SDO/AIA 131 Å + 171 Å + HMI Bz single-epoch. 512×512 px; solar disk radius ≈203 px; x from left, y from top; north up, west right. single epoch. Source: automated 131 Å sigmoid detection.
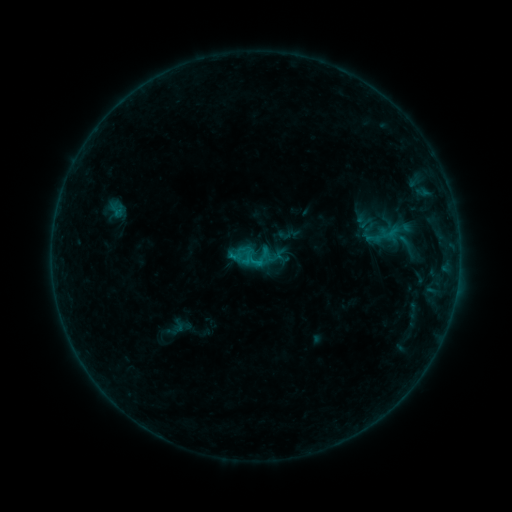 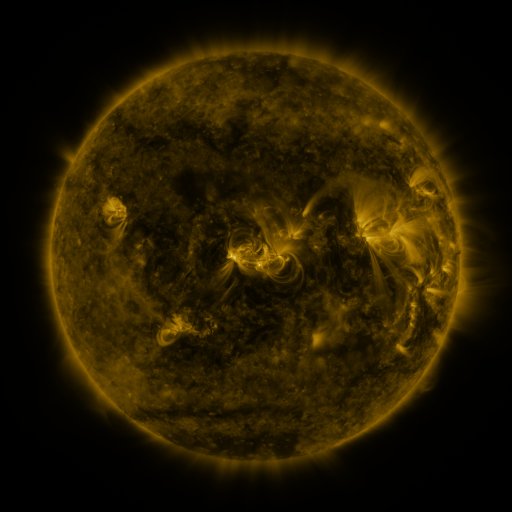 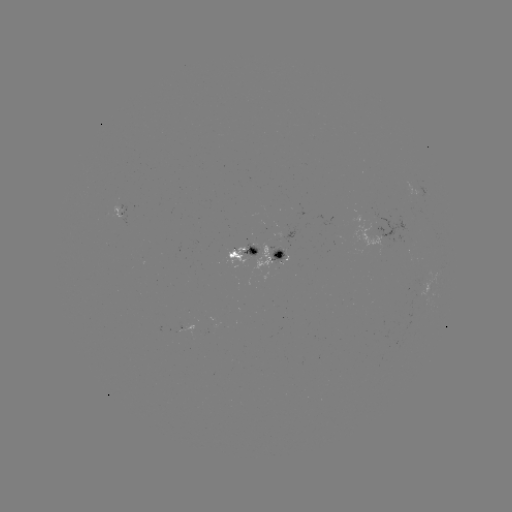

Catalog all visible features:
sigmoid: <bbox>248, 245, 274, 271</bbox>
